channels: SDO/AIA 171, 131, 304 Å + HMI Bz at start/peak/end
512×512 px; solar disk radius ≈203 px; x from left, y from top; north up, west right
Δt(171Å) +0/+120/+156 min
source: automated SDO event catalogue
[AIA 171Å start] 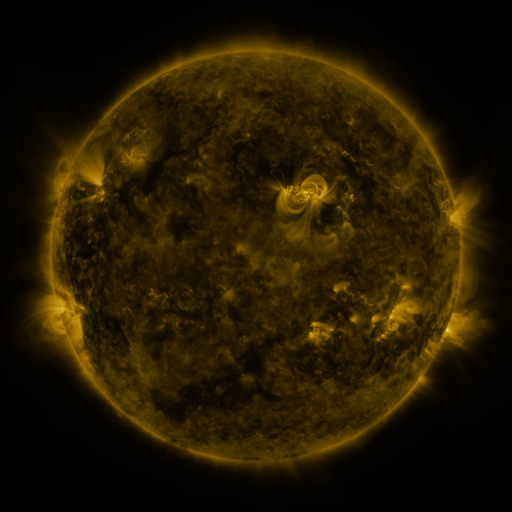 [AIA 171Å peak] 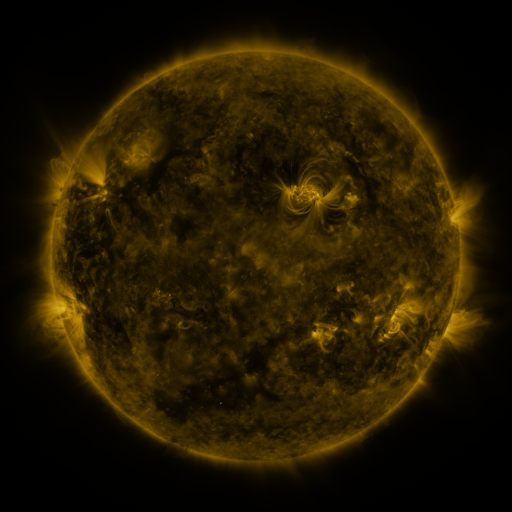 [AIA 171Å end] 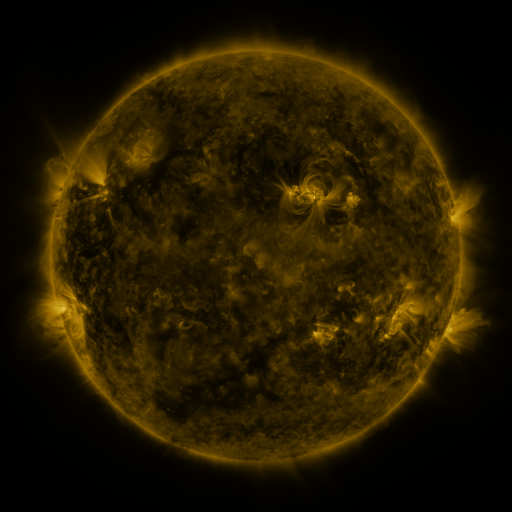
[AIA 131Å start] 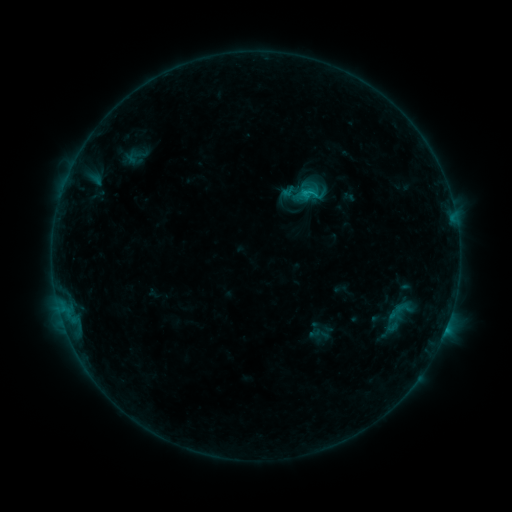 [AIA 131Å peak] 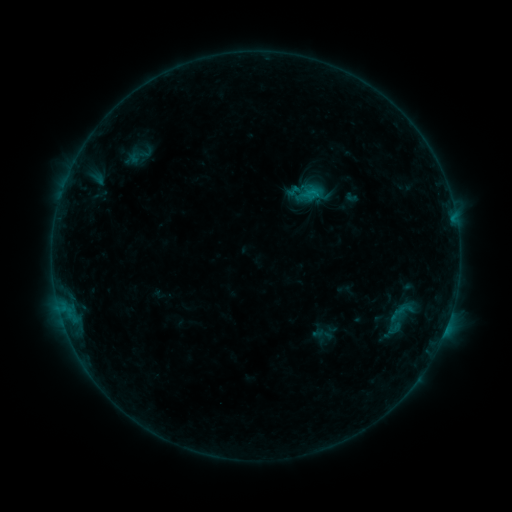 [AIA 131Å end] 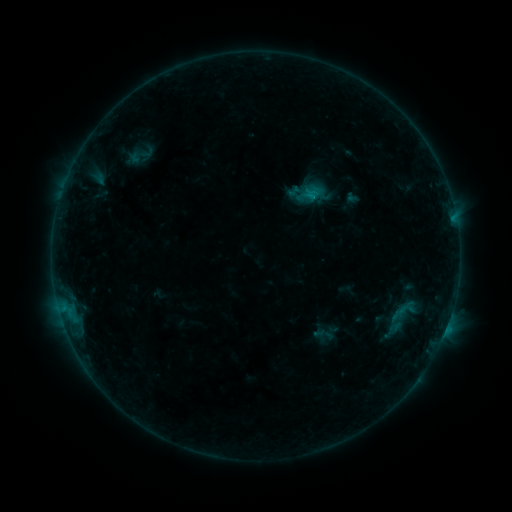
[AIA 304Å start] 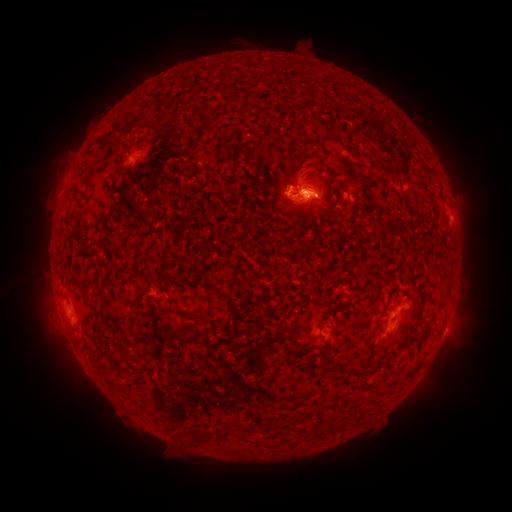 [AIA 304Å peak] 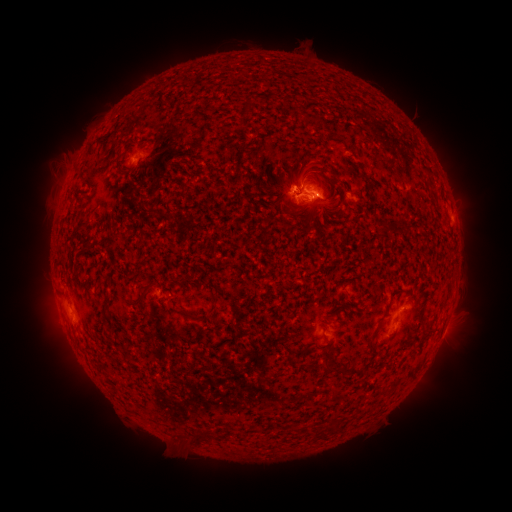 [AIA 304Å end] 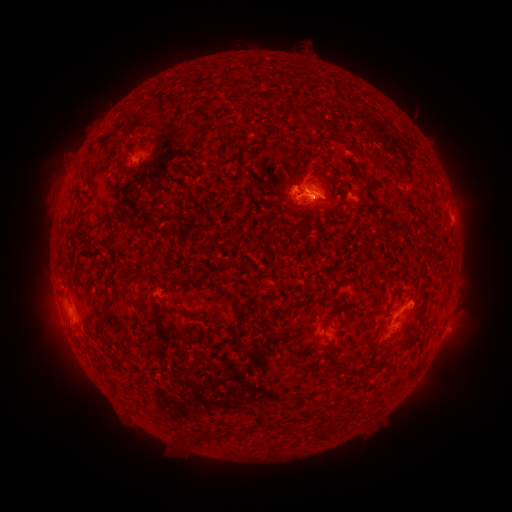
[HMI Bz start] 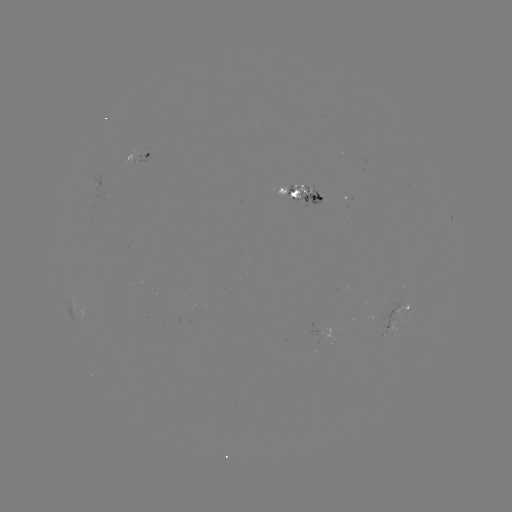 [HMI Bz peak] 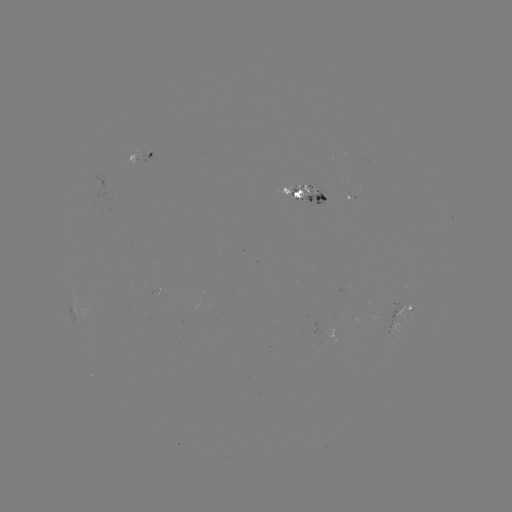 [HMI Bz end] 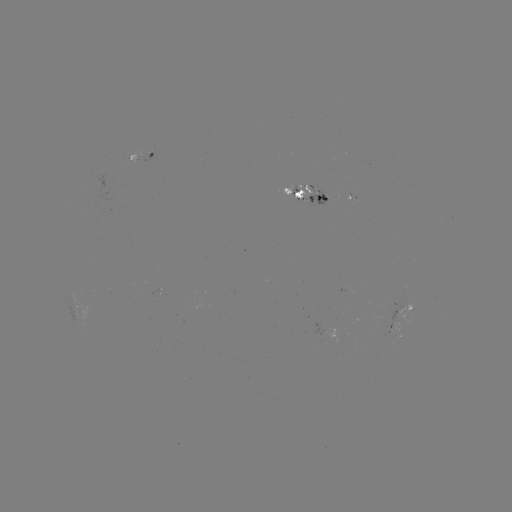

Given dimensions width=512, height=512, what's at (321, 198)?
emerging-flux region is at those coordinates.